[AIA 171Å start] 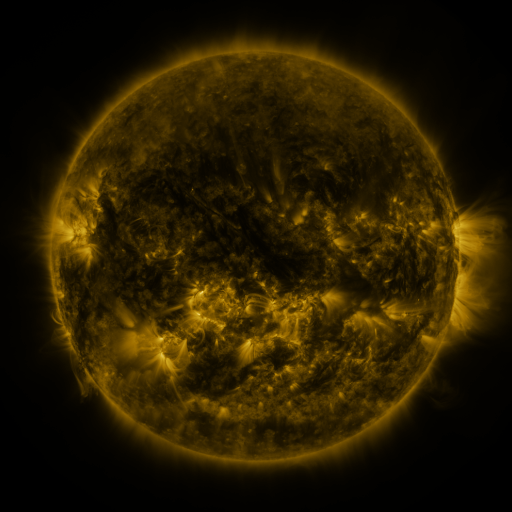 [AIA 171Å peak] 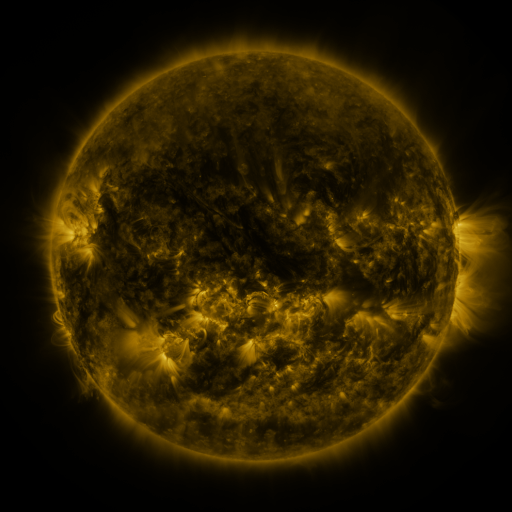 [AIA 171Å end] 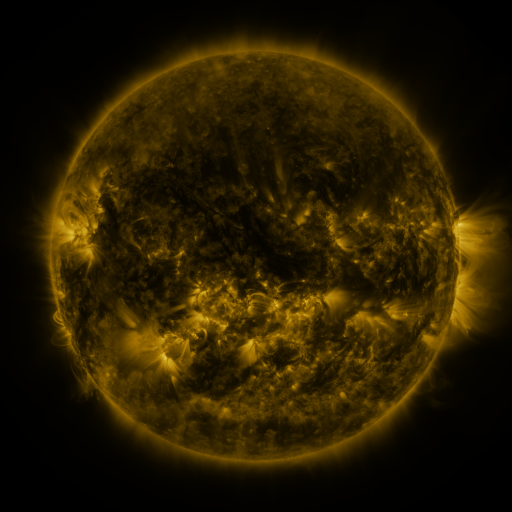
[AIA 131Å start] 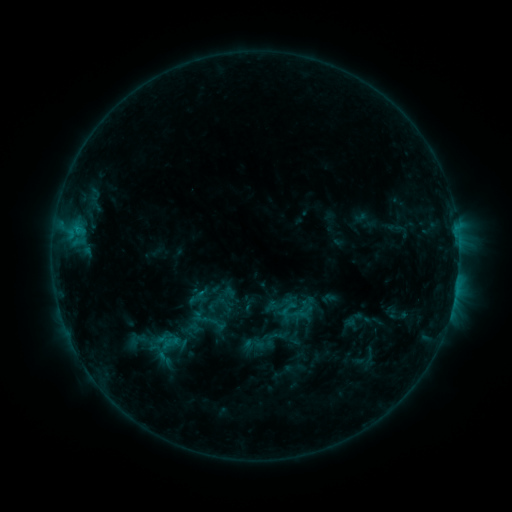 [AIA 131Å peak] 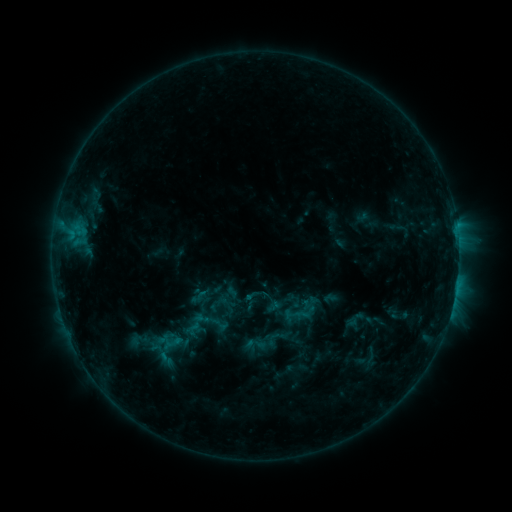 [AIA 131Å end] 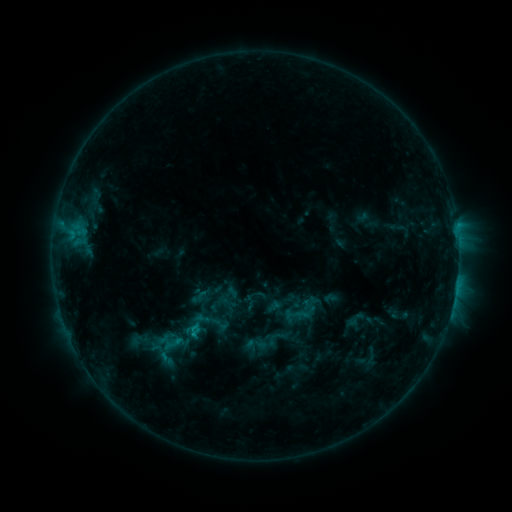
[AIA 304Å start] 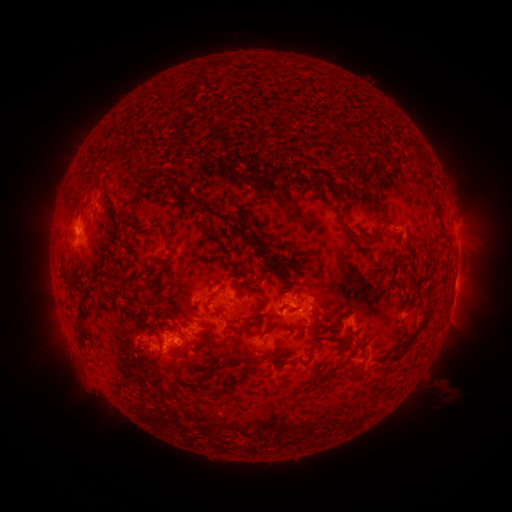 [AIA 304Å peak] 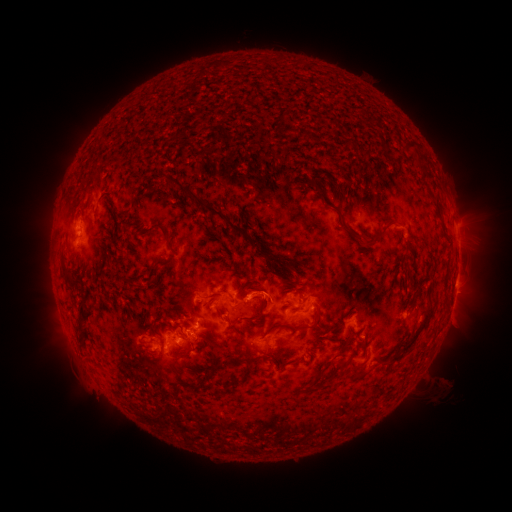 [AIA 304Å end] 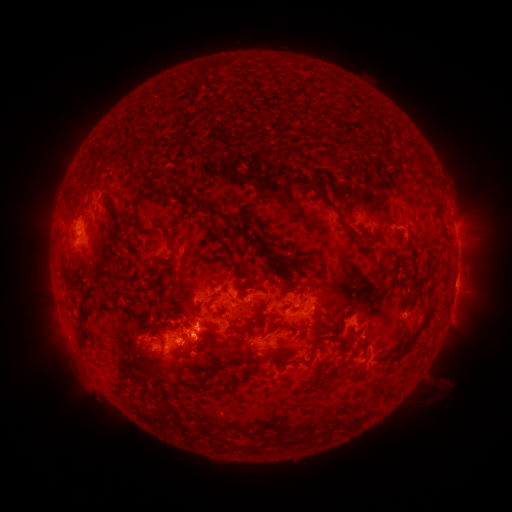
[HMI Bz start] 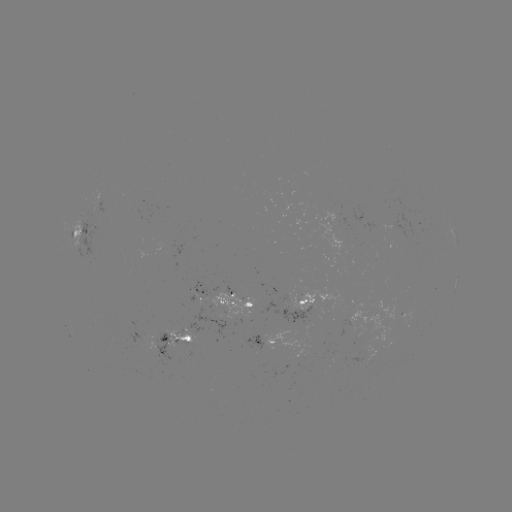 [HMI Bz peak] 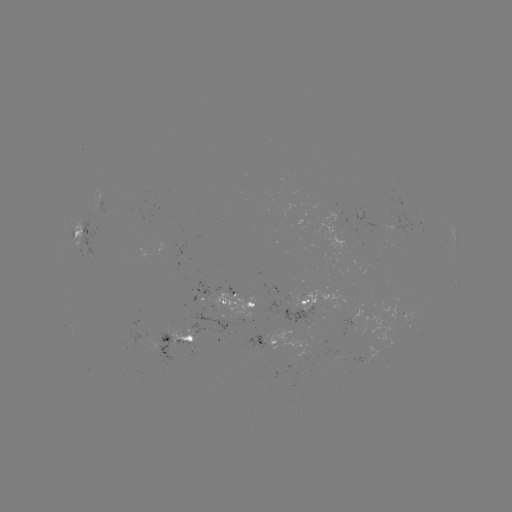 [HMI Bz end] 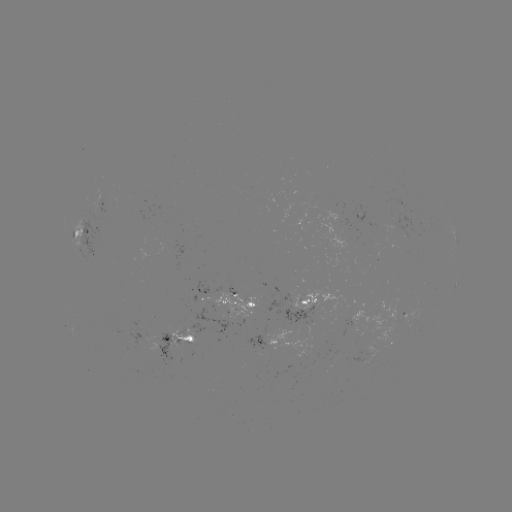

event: emerging-flux region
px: (308, 325)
